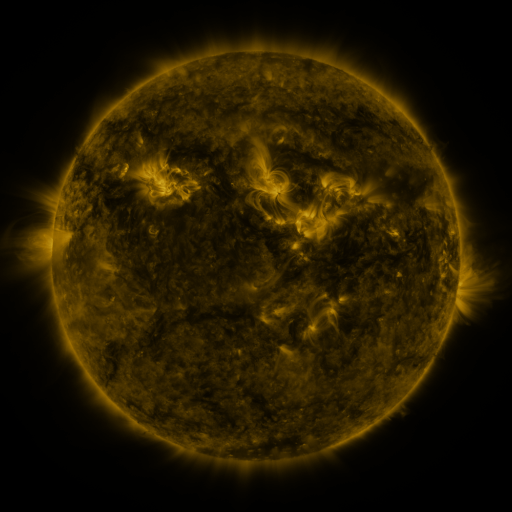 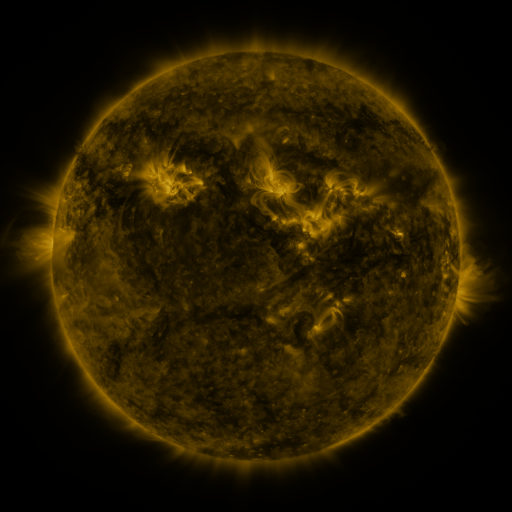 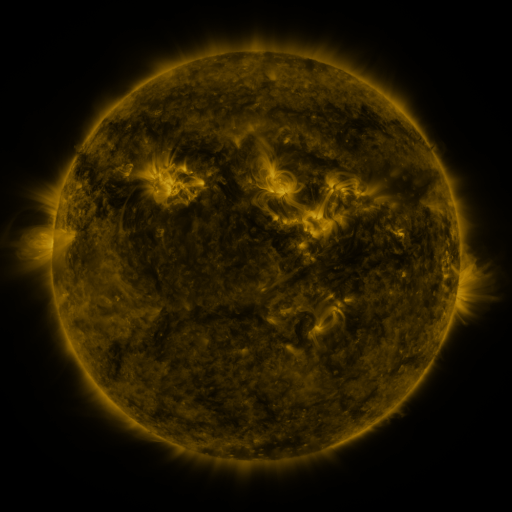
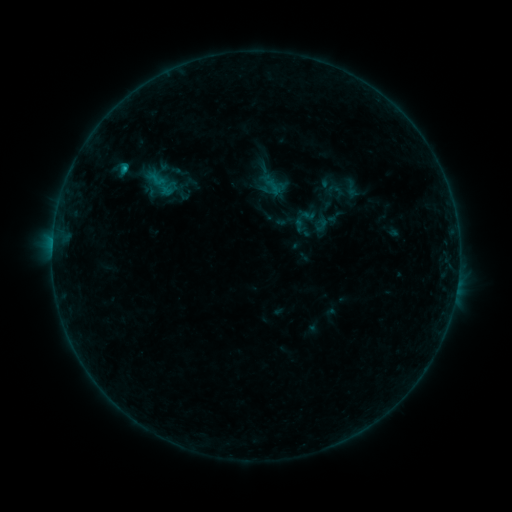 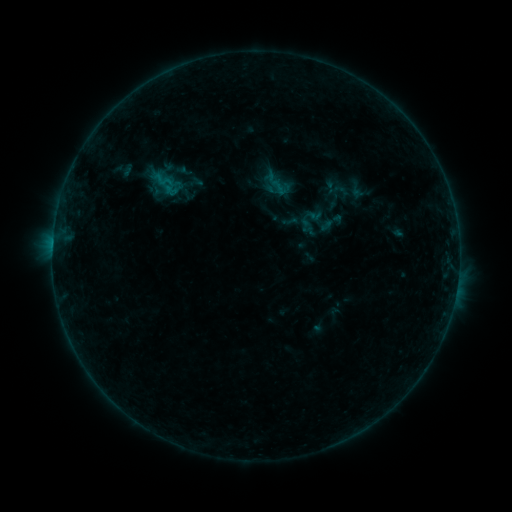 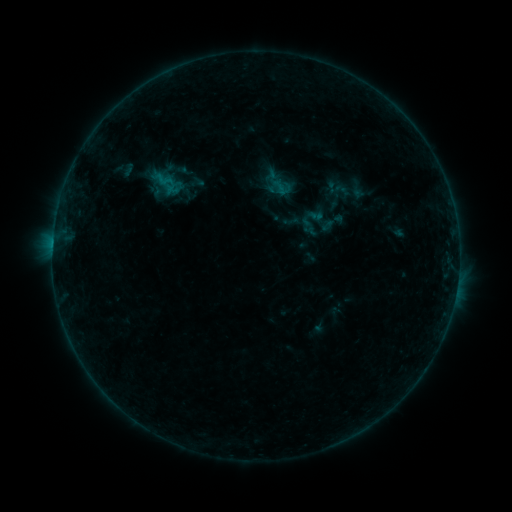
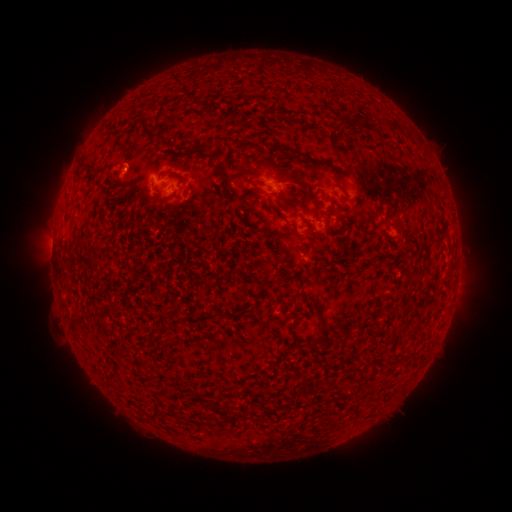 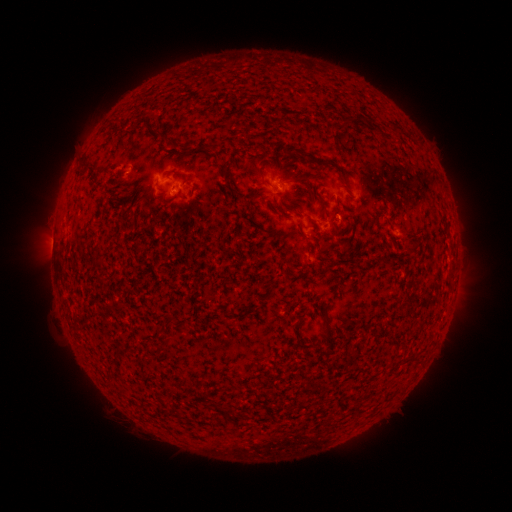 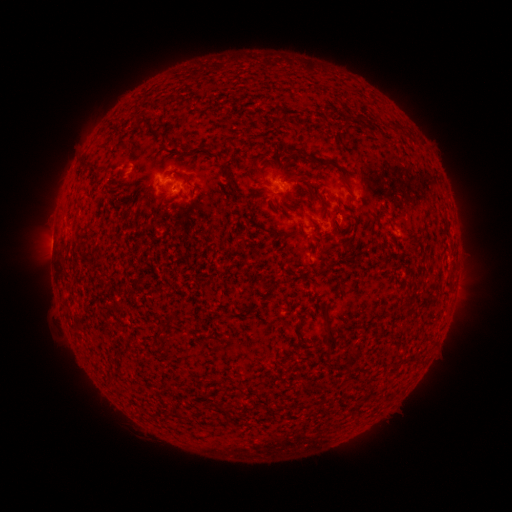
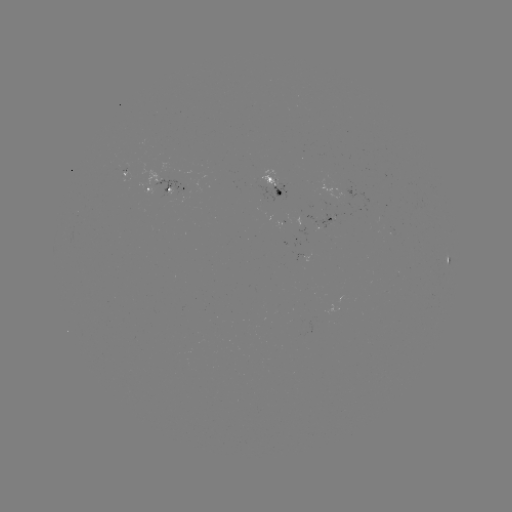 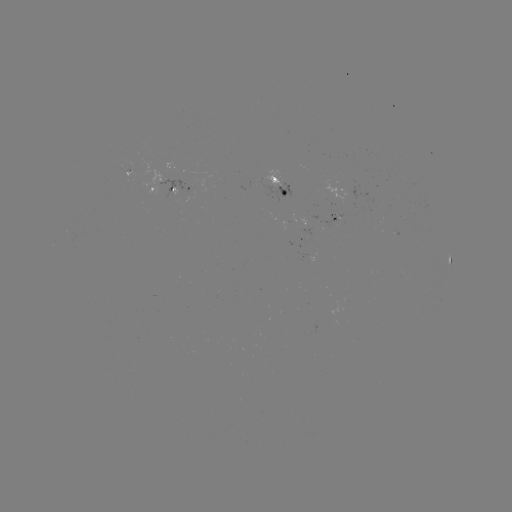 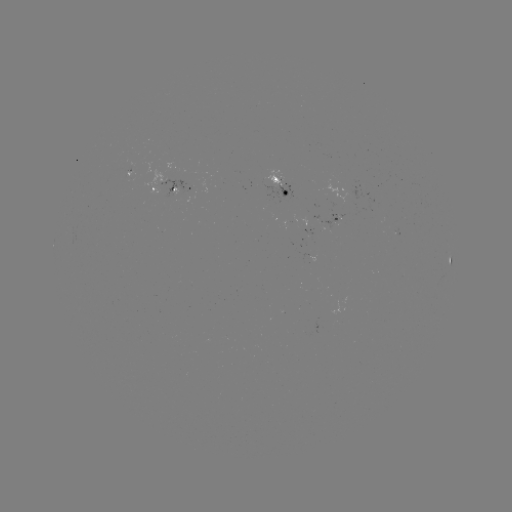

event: emerging-flux region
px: (335, 219)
